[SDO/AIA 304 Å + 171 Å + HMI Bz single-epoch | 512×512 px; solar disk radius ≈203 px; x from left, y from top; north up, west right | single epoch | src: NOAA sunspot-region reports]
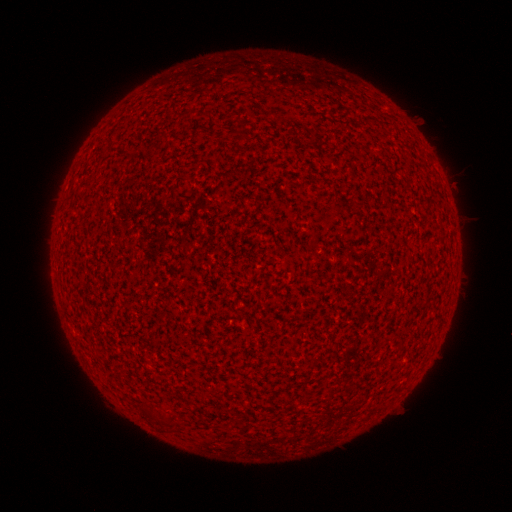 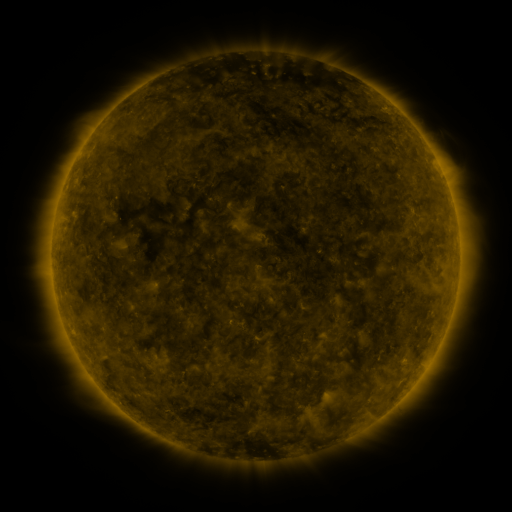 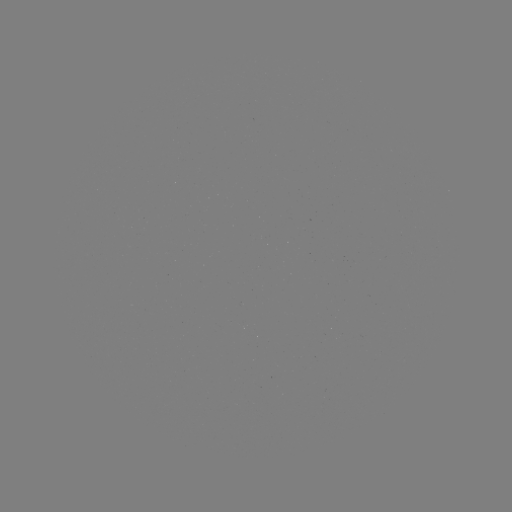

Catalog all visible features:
(none)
